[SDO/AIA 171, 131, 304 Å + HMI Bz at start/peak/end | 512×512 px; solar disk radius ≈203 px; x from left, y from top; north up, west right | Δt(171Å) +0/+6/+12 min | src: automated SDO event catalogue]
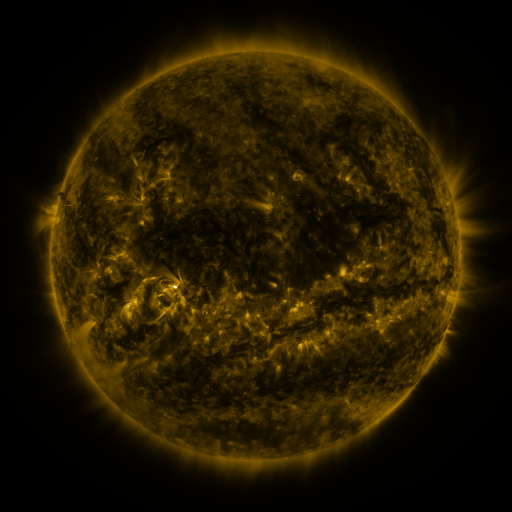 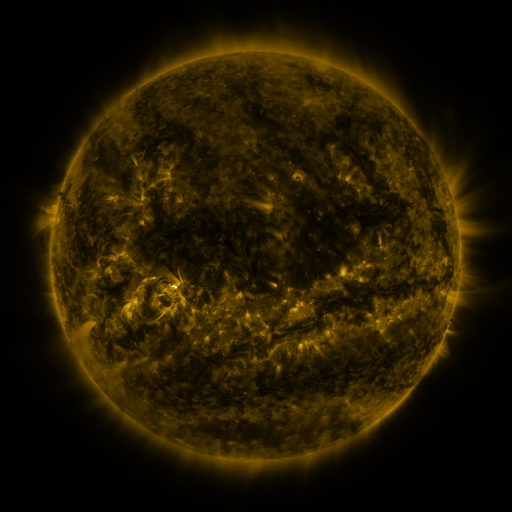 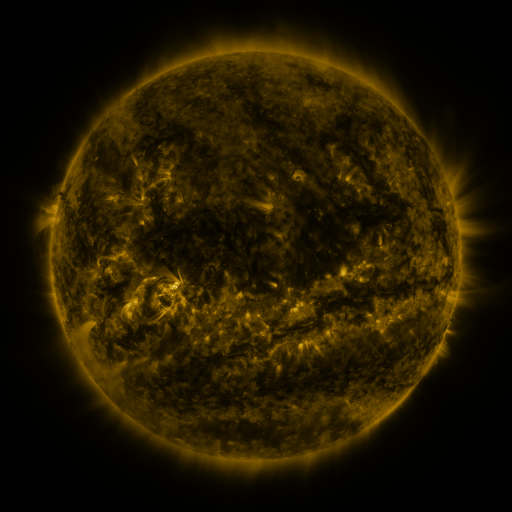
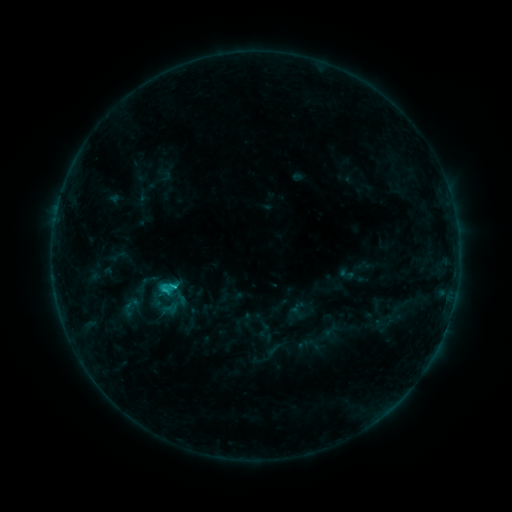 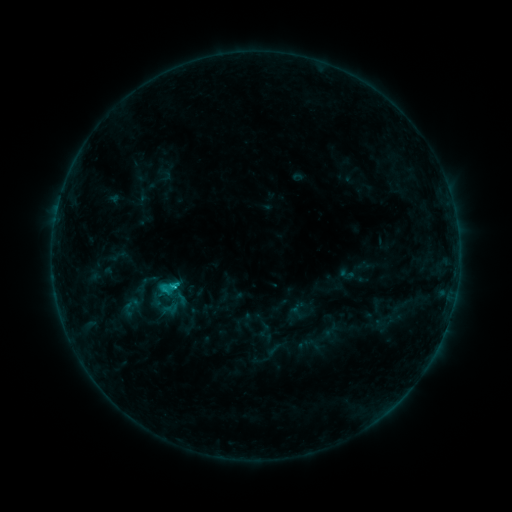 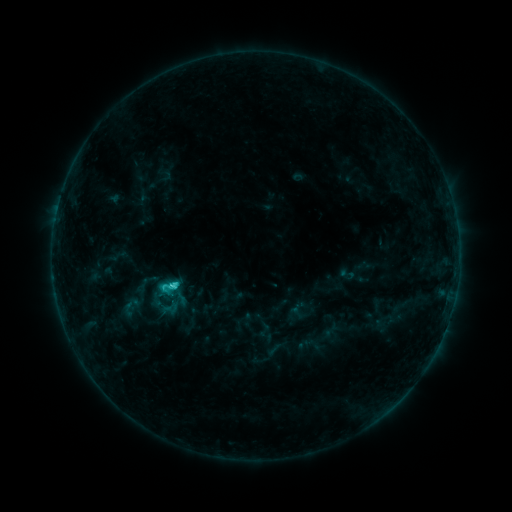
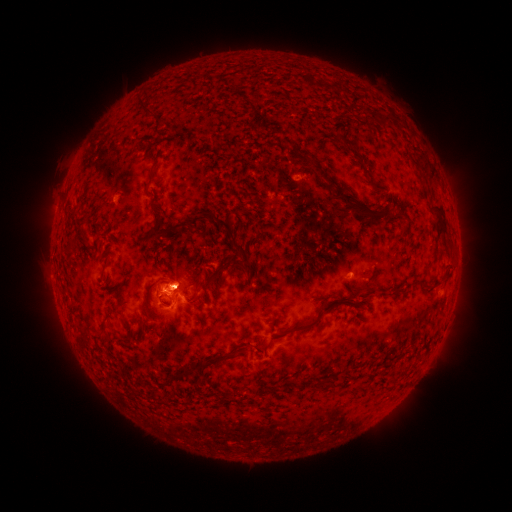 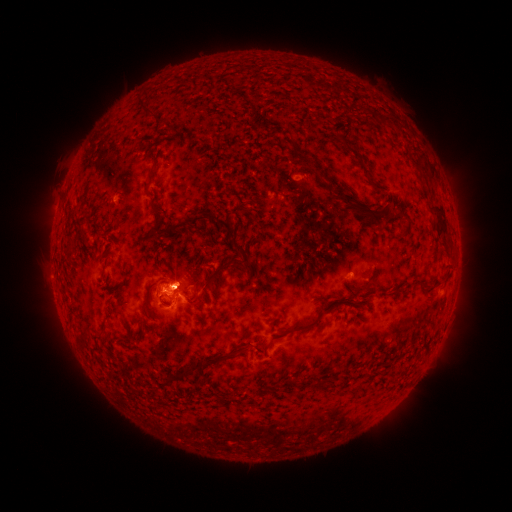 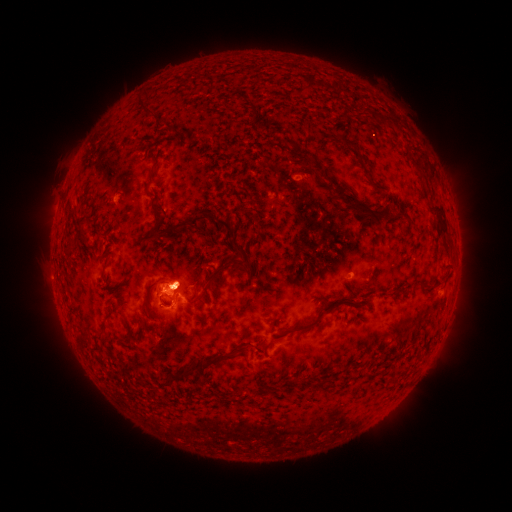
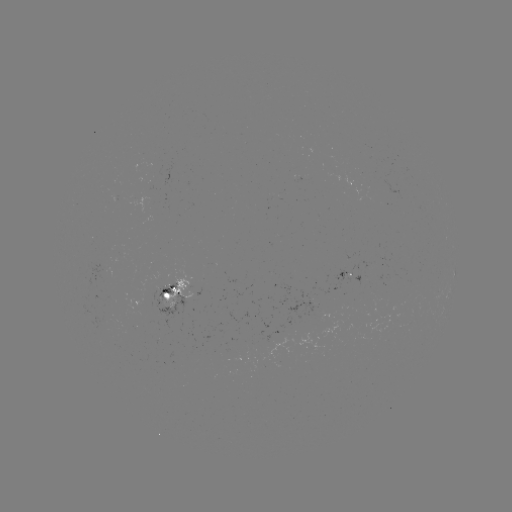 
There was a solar flare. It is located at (175, 285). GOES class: C2.7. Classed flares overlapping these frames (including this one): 1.